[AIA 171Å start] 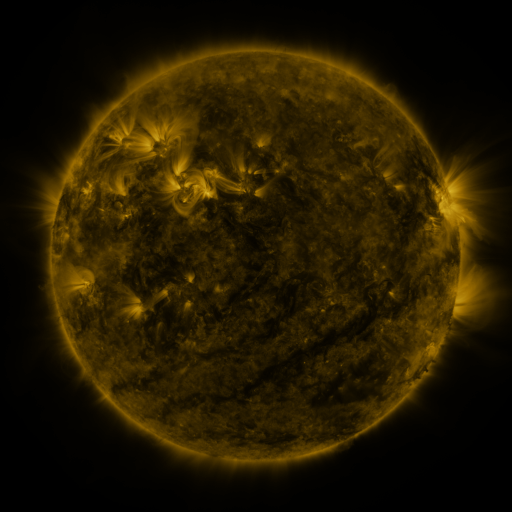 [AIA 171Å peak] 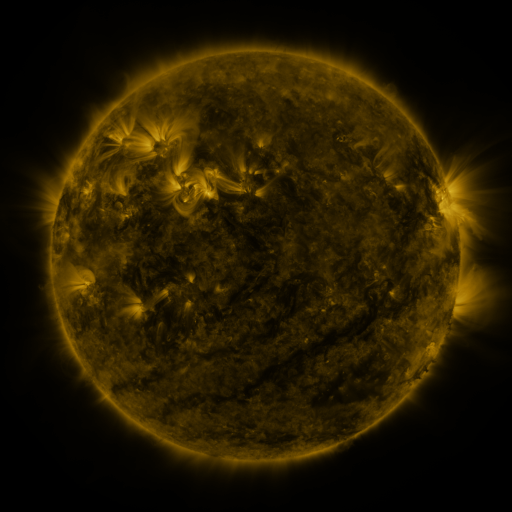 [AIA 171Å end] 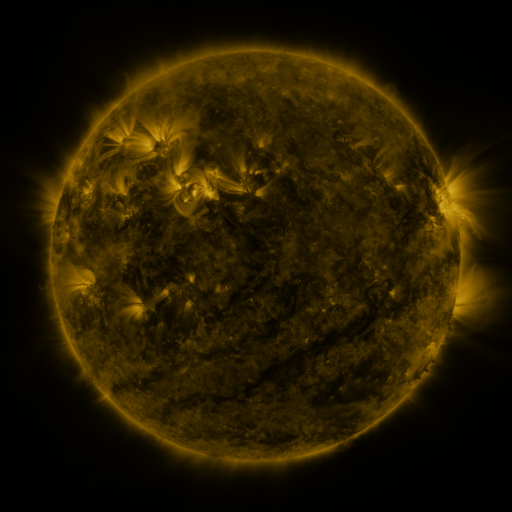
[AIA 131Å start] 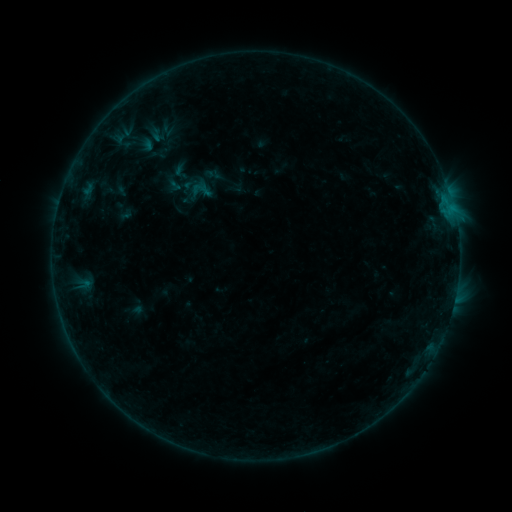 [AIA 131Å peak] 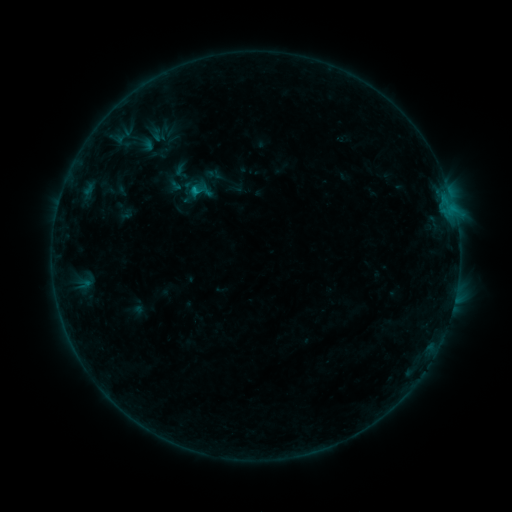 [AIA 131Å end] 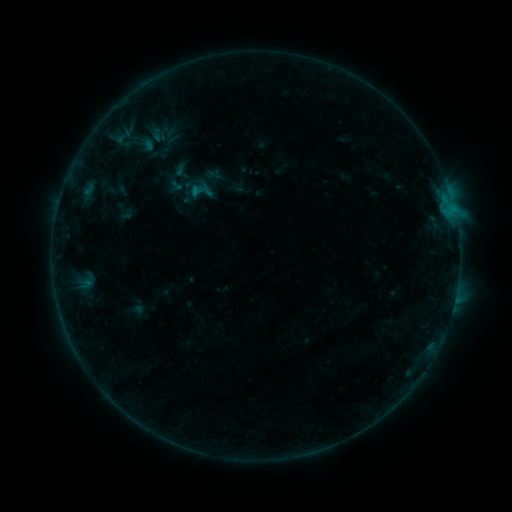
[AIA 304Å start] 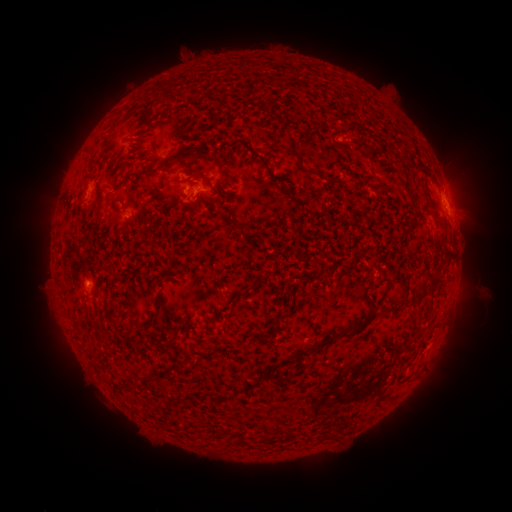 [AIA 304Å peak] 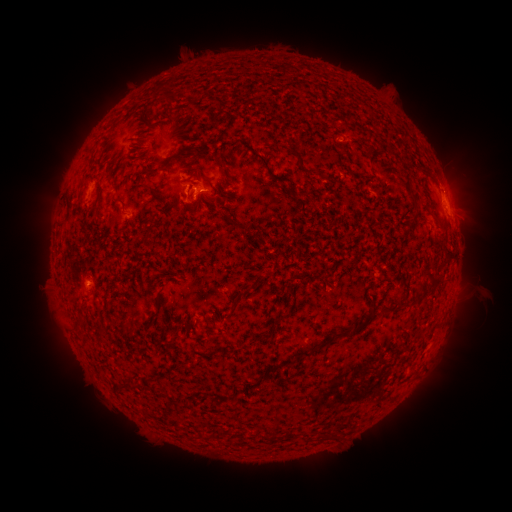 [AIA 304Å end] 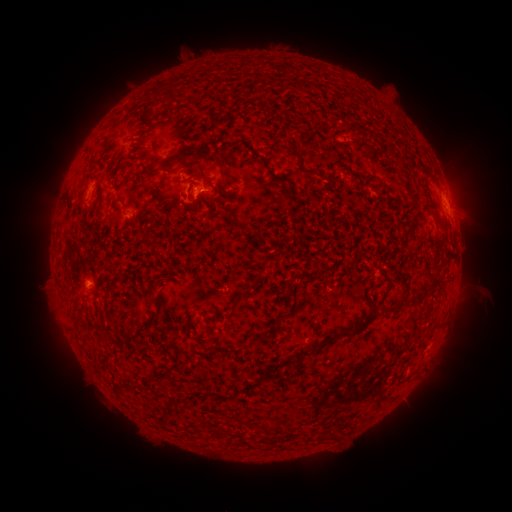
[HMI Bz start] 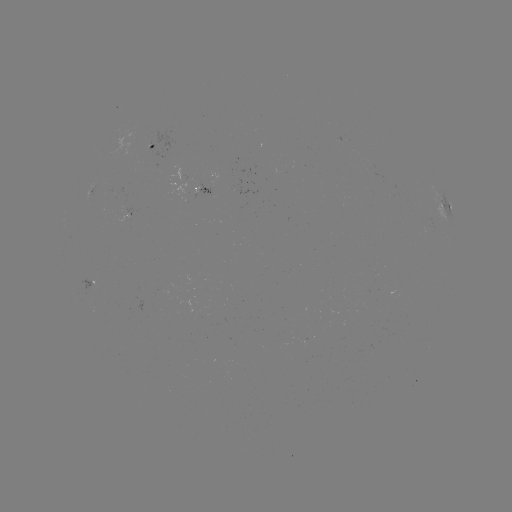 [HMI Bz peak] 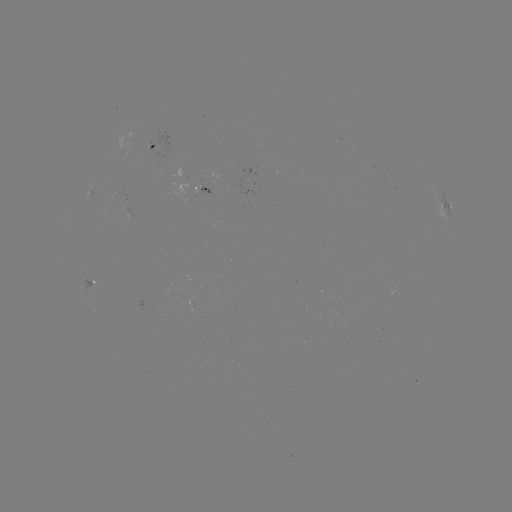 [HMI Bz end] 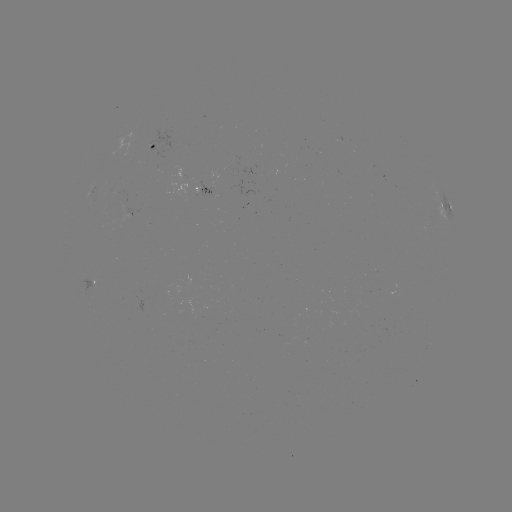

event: flare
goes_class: B5.5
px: (194, 191)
